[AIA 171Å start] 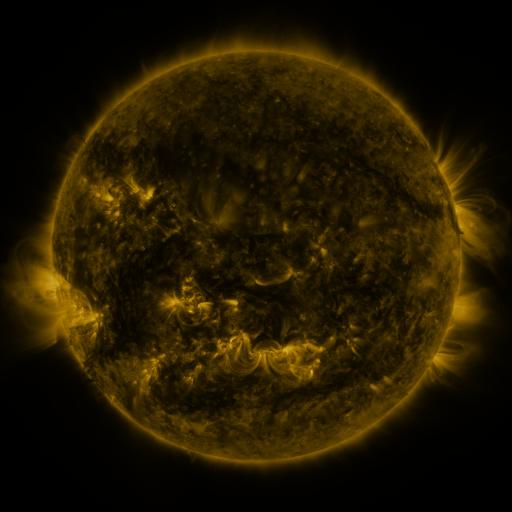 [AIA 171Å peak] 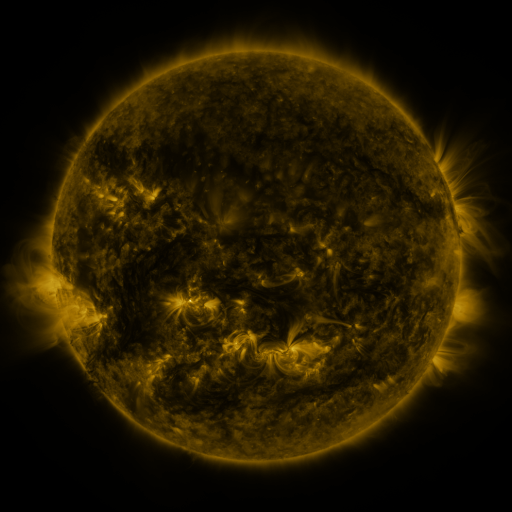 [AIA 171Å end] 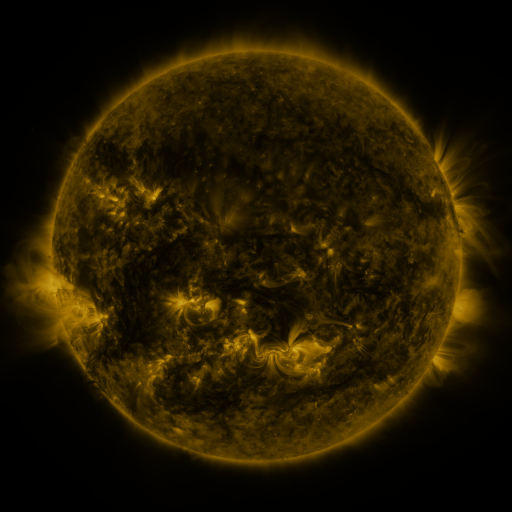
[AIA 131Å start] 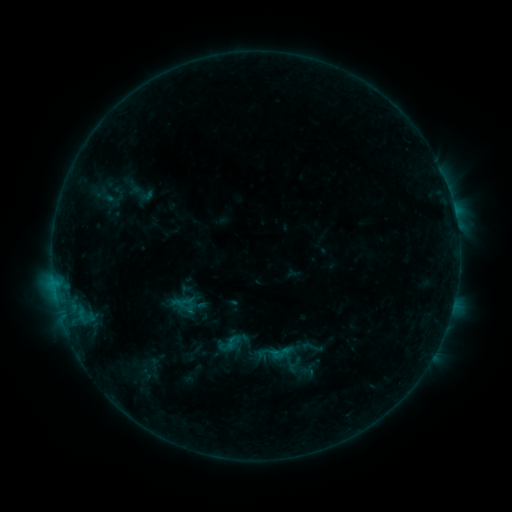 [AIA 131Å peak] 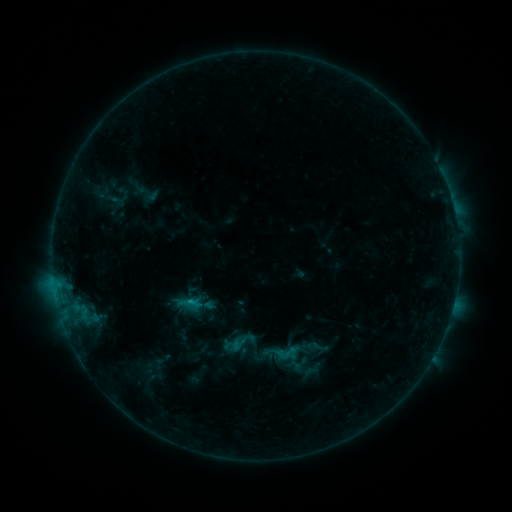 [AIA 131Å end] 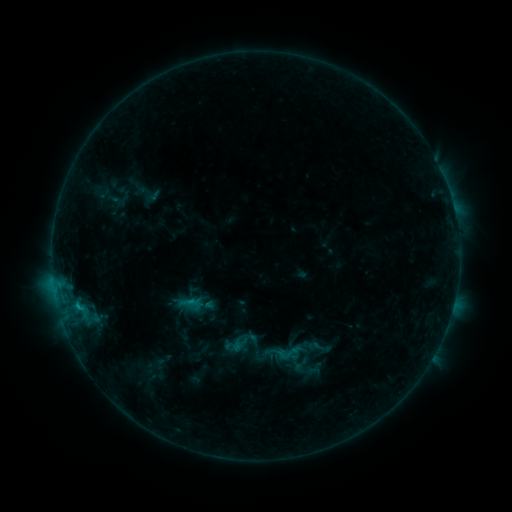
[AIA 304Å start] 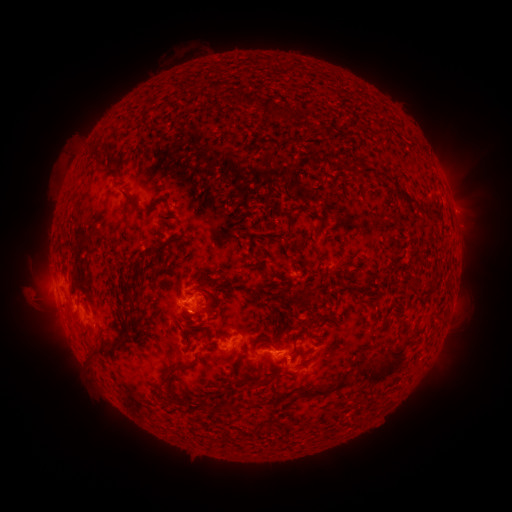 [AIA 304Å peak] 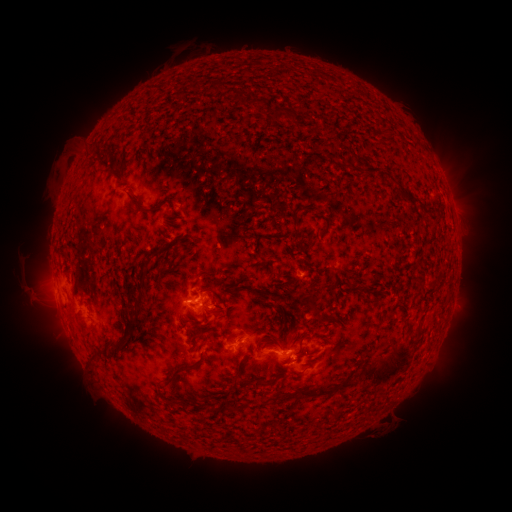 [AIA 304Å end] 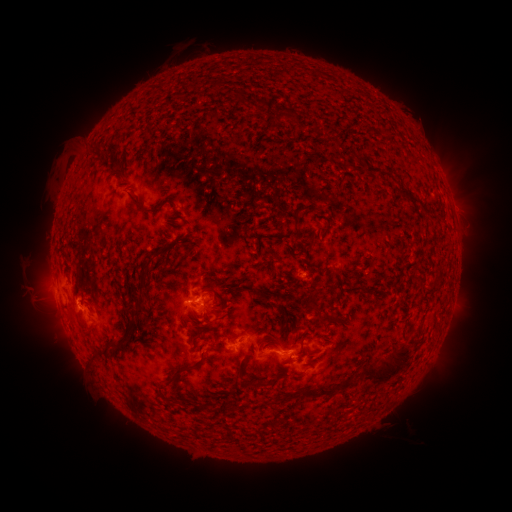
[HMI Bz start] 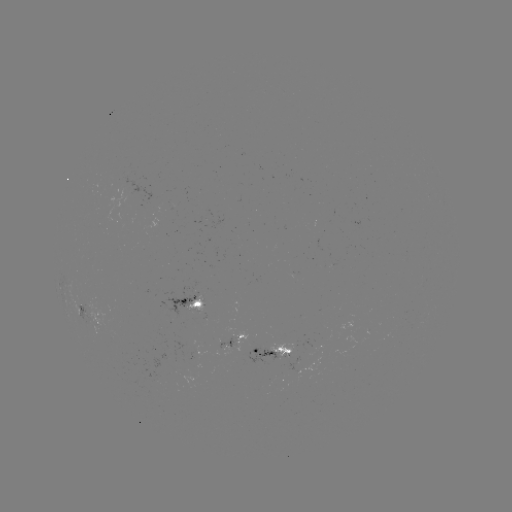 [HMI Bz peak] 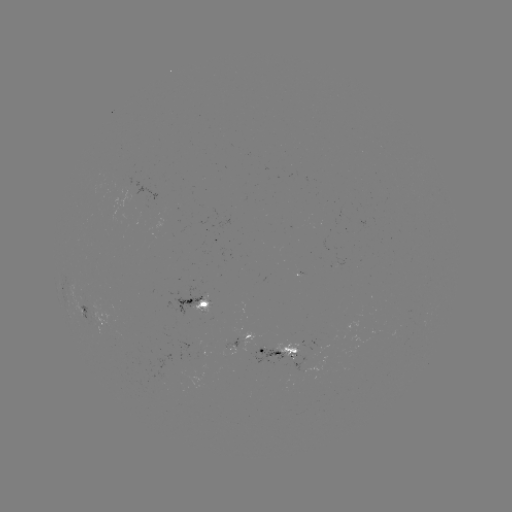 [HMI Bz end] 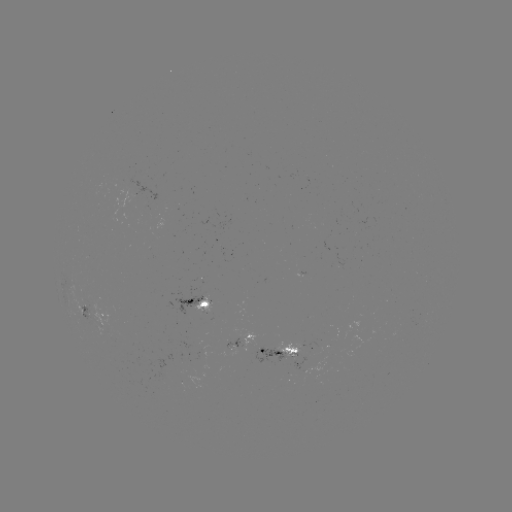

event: emerging-flux region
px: (291, 352)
